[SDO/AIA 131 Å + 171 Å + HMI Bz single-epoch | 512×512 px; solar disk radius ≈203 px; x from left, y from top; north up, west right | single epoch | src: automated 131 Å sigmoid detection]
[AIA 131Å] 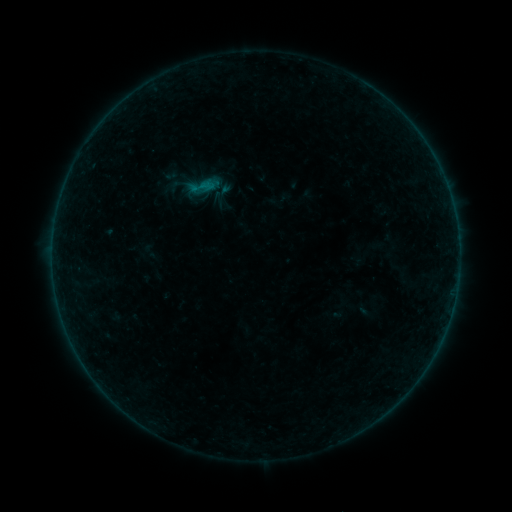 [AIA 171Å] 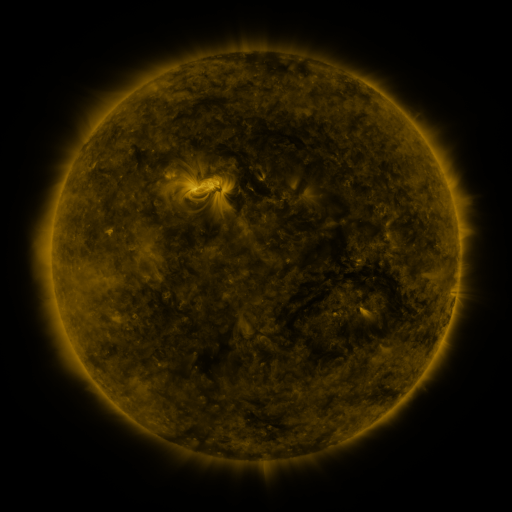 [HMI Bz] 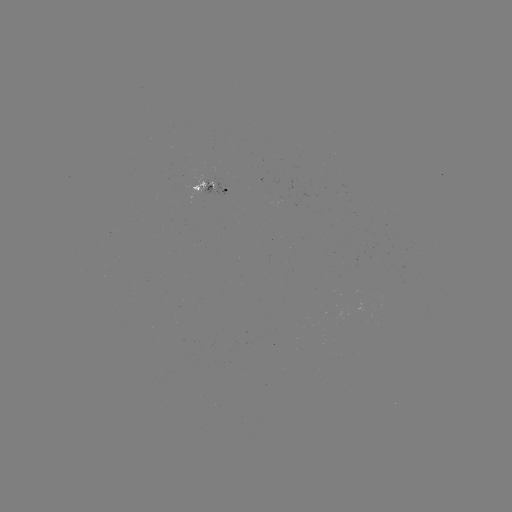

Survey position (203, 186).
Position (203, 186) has sigmoid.